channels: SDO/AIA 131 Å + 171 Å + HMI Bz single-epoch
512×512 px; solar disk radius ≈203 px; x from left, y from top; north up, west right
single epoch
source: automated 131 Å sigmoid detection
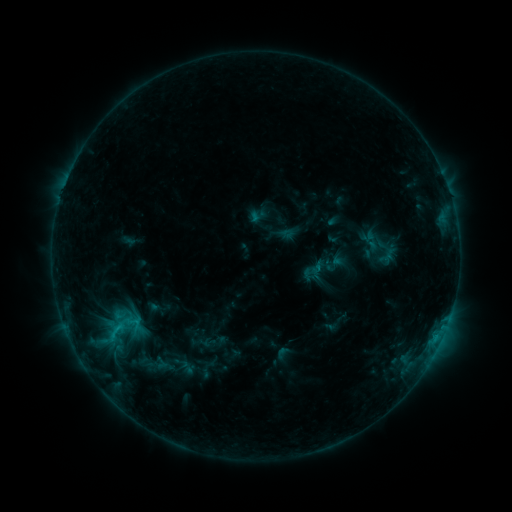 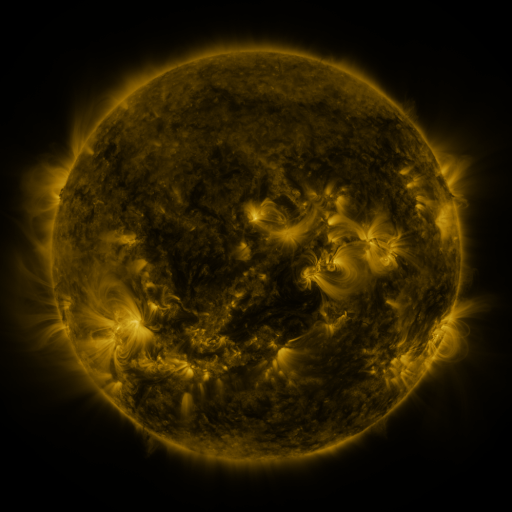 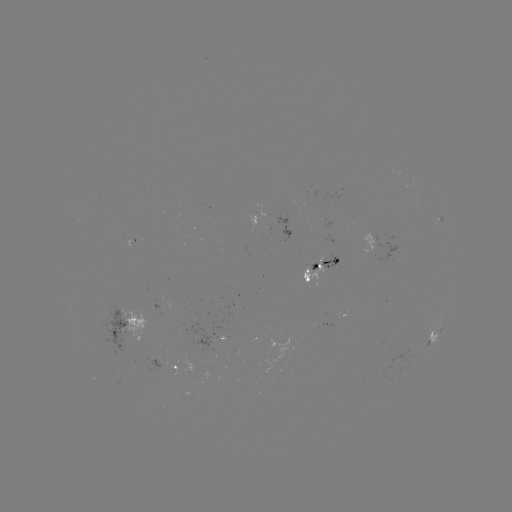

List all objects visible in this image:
sigmoid: <bbox>249, 206, 268, 225</bbox>
sigmoid: <bbox>121, 311, 146, 334</bbox>
